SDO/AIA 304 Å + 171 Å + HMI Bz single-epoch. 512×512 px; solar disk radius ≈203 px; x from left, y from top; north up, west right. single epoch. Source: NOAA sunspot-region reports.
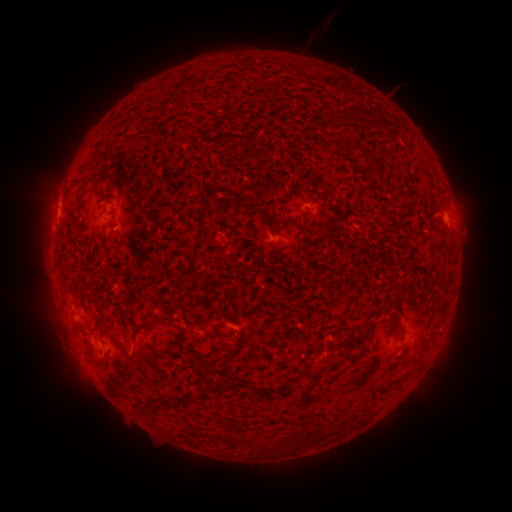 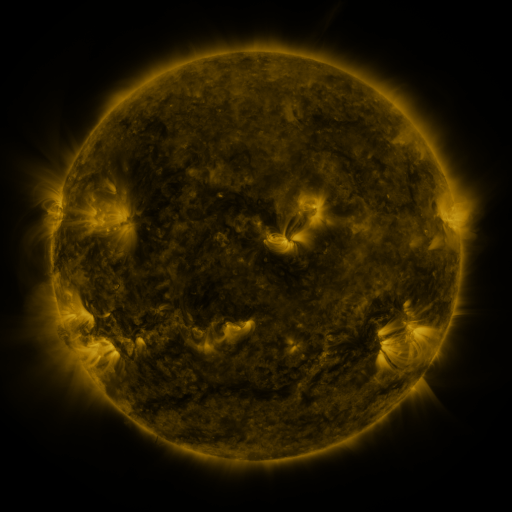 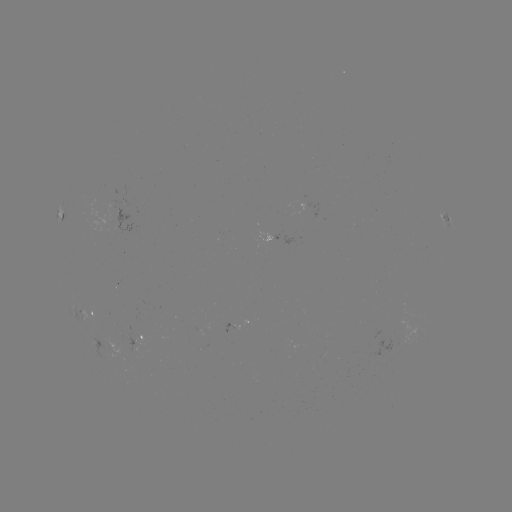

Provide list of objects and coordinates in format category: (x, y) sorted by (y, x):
spotted active region: (315, 204)
spotted active region: (447, 217)
spotted active region: (88, 311)
spotted active region: (242, 321)
spotted active region: (146, 335)
spotted active region: (101, 338)
